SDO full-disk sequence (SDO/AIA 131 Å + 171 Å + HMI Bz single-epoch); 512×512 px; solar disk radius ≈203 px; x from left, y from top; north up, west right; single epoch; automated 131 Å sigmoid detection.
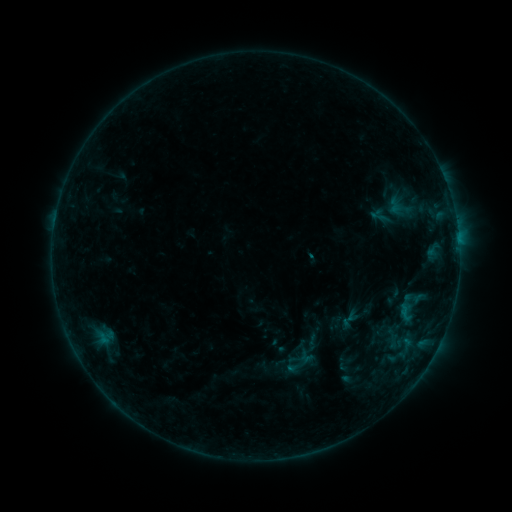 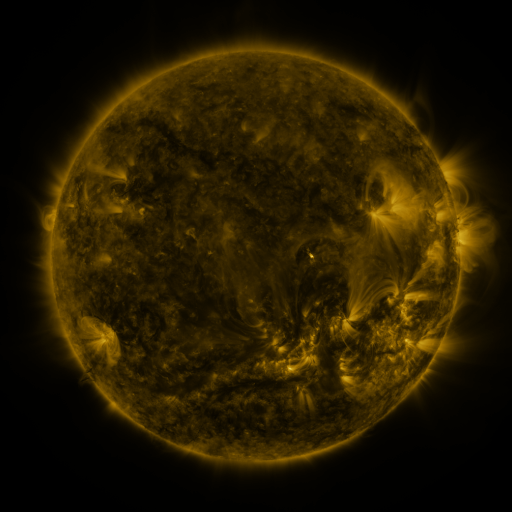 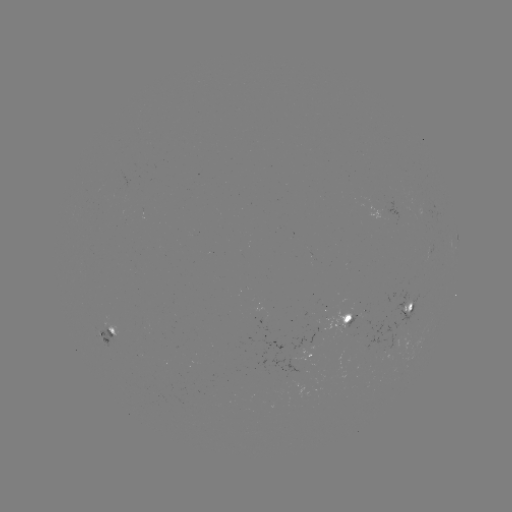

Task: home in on sigmoid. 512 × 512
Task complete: (395, 206).